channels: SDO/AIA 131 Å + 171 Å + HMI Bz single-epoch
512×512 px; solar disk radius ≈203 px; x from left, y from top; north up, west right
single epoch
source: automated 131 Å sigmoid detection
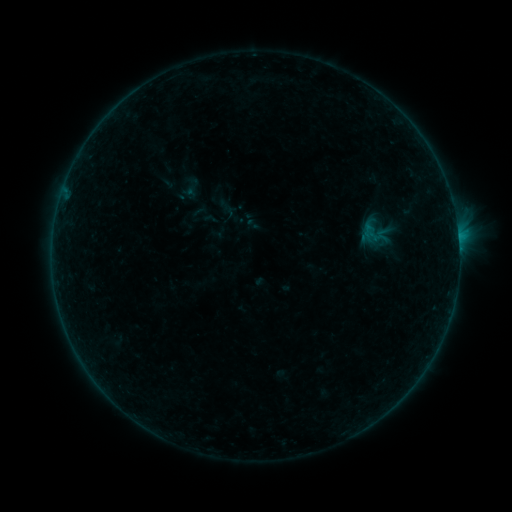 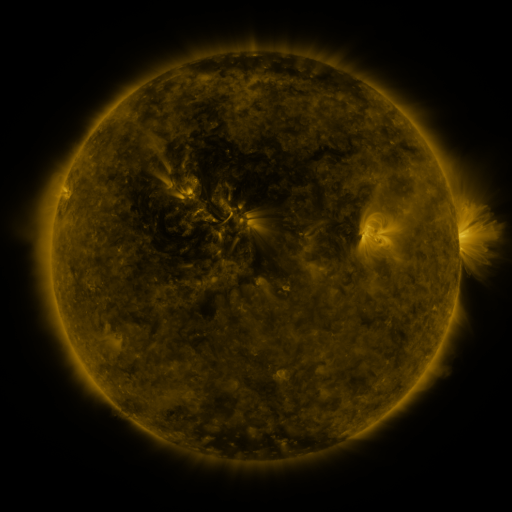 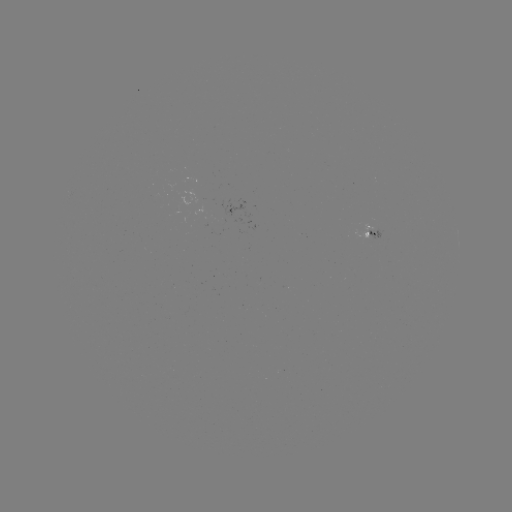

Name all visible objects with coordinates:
sigmoid: (373, 235)
